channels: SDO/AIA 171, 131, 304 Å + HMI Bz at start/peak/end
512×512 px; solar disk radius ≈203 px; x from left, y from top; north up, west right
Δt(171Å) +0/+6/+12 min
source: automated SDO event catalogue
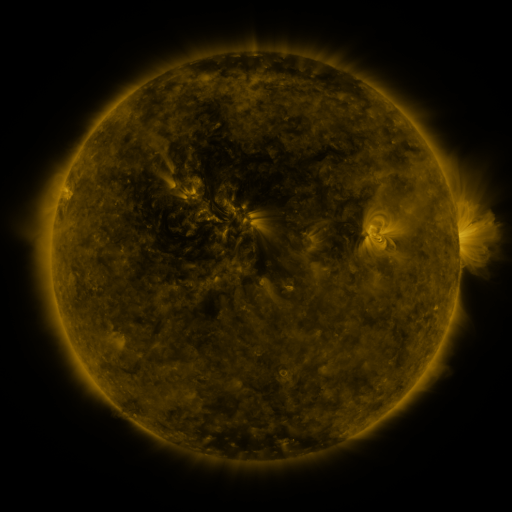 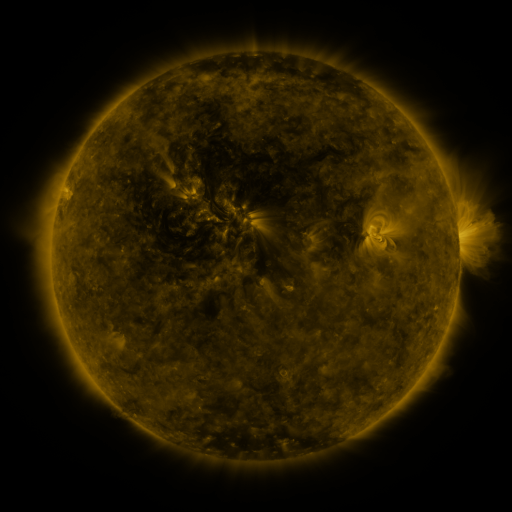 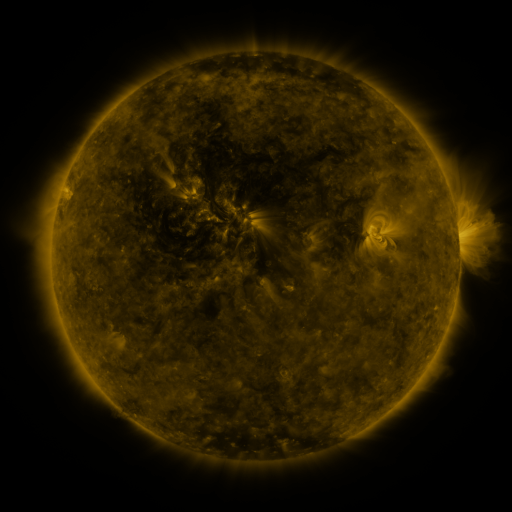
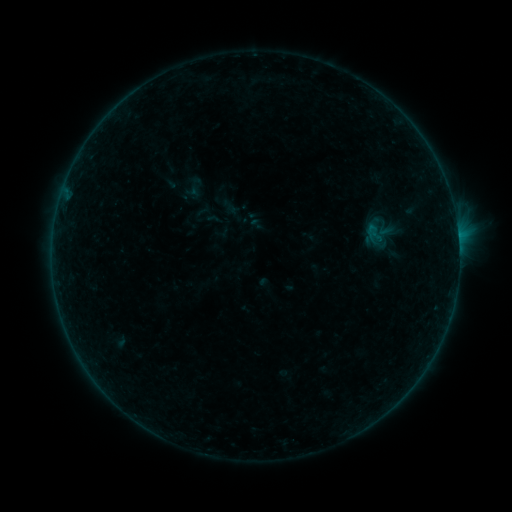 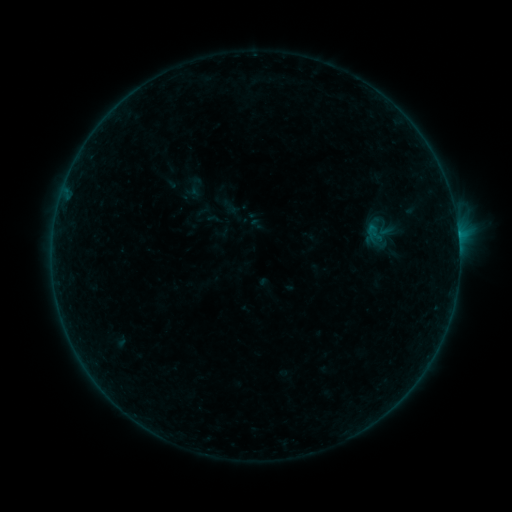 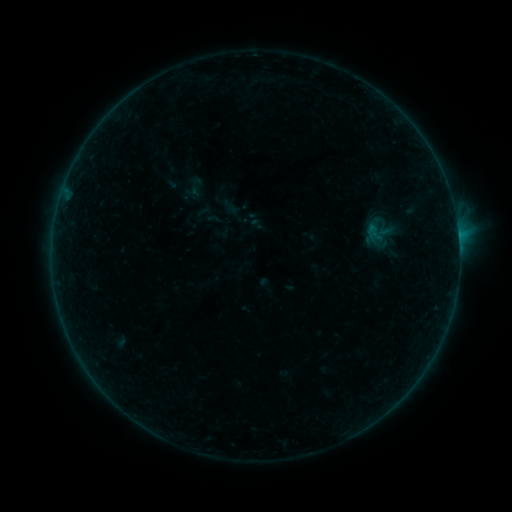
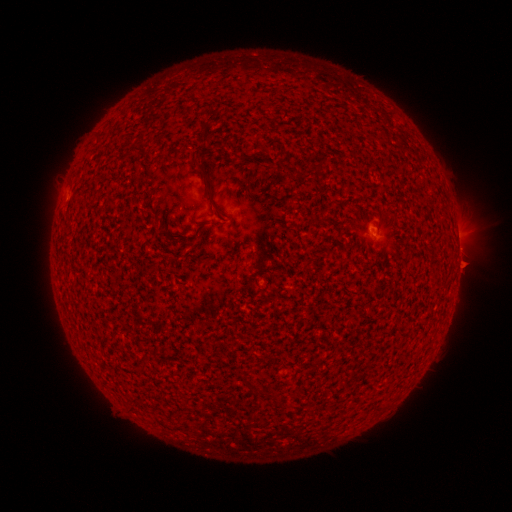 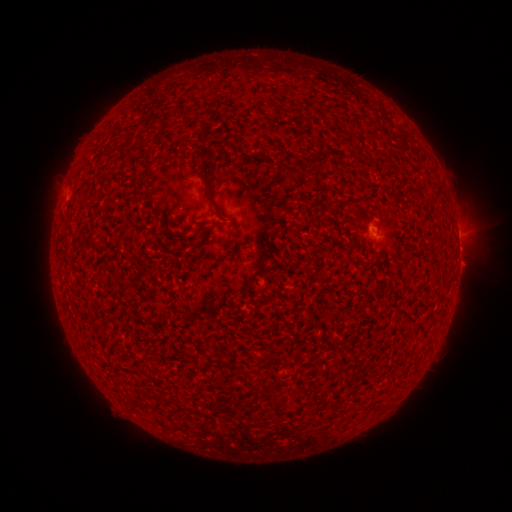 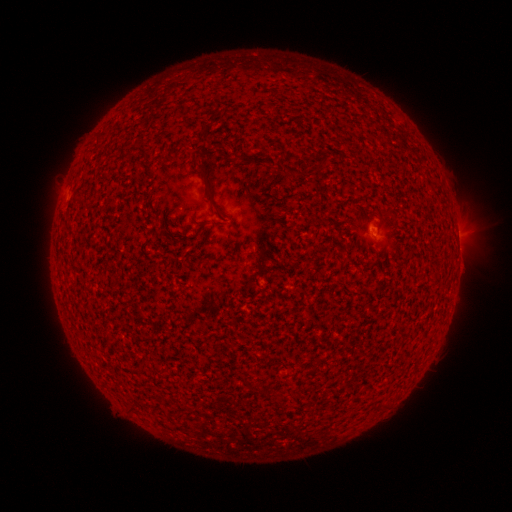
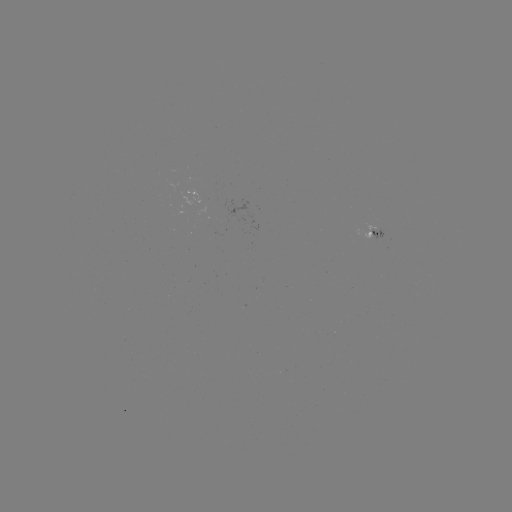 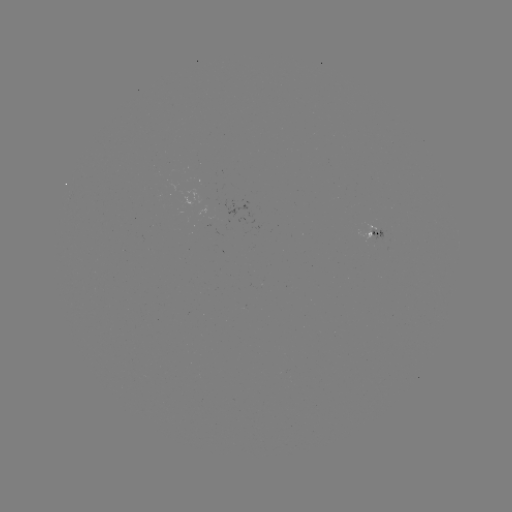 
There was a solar flare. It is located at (458, 234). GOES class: B2.0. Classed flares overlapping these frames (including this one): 1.